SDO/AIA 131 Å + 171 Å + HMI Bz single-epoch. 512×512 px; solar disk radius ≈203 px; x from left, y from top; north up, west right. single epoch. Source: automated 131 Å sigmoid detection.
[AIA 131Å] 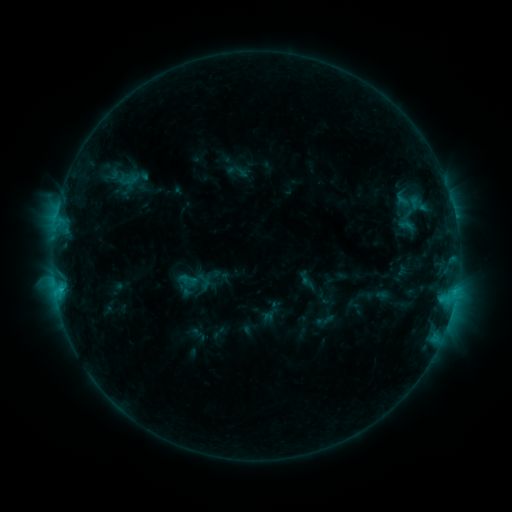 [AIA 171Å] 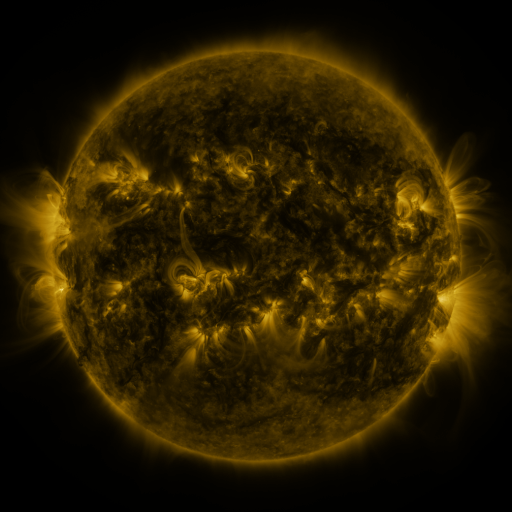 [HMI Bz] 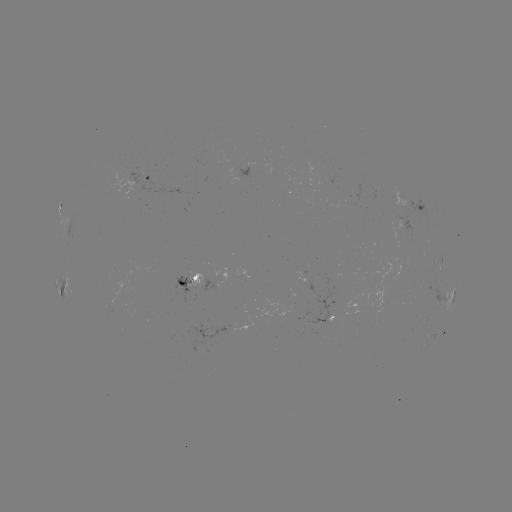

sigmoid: (176, 270, 200, 291)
